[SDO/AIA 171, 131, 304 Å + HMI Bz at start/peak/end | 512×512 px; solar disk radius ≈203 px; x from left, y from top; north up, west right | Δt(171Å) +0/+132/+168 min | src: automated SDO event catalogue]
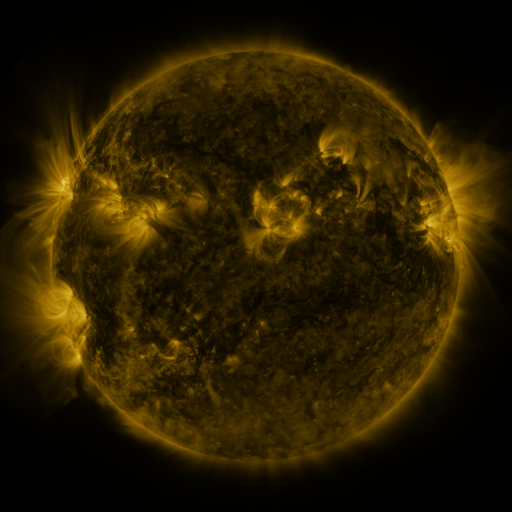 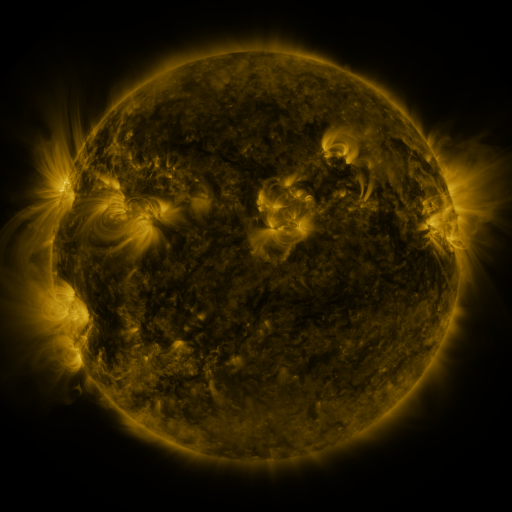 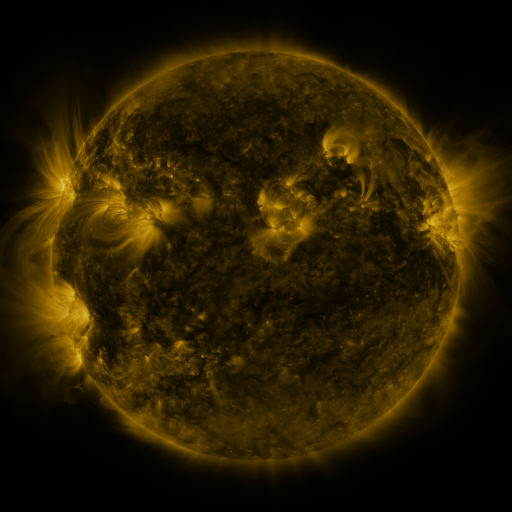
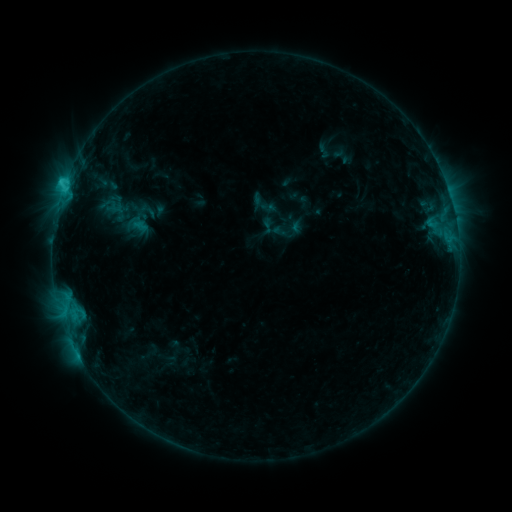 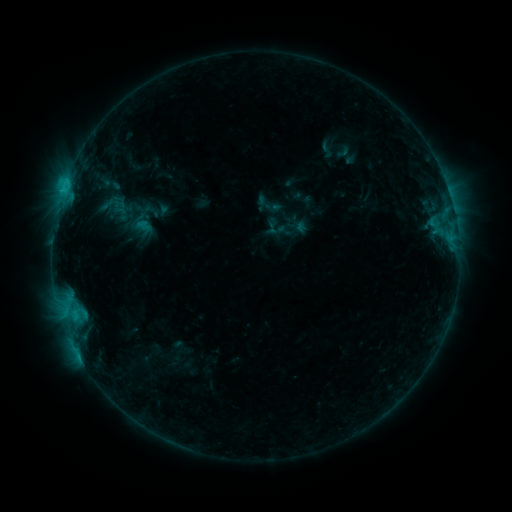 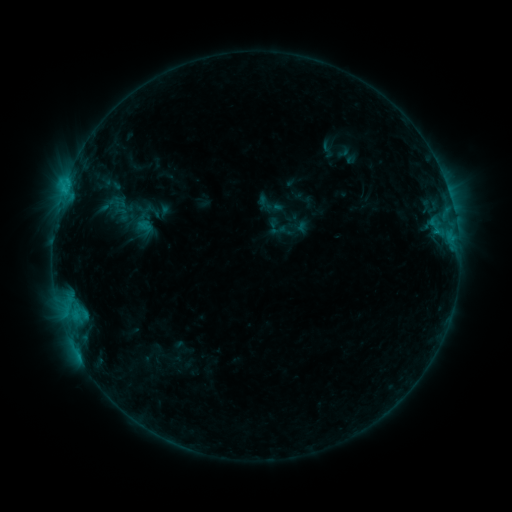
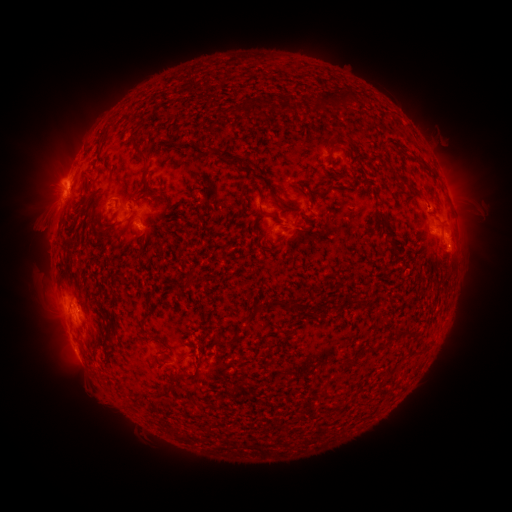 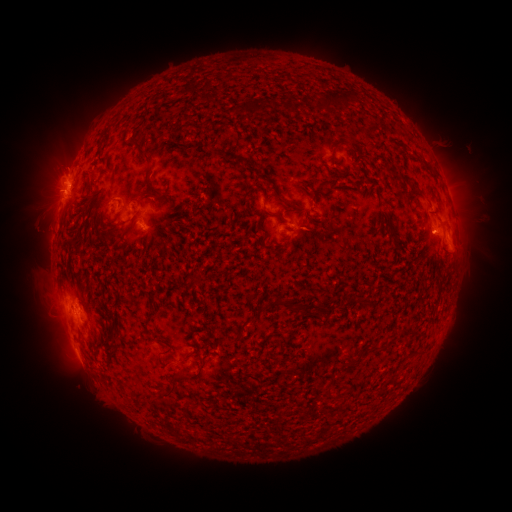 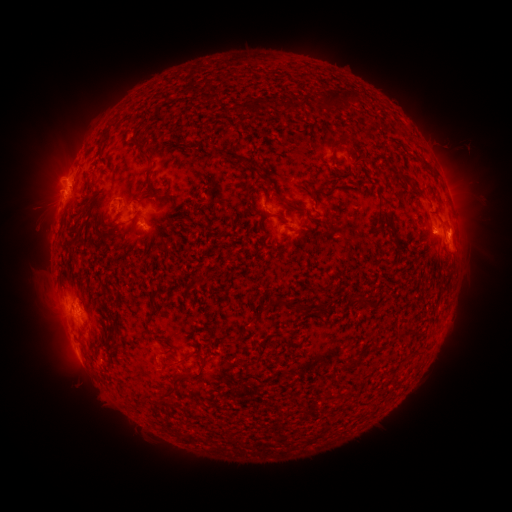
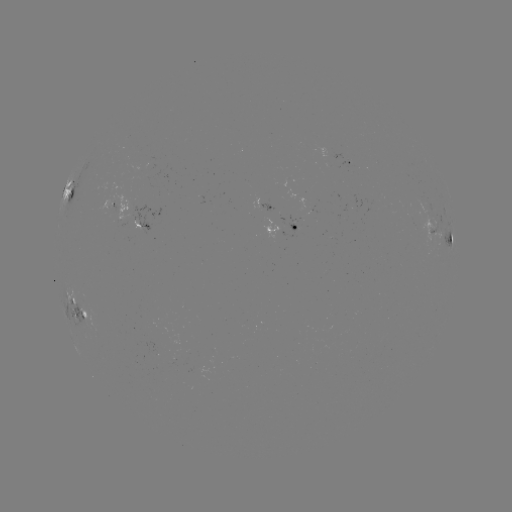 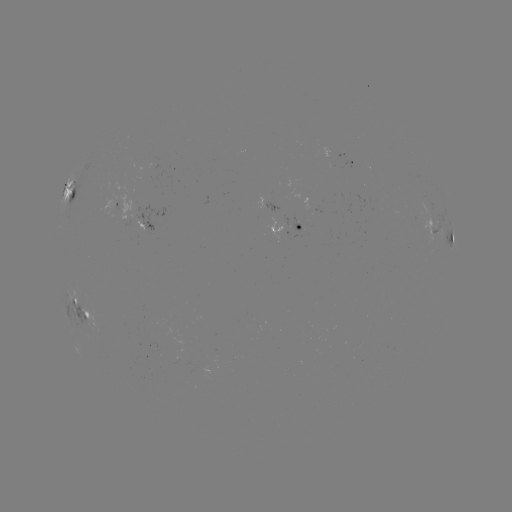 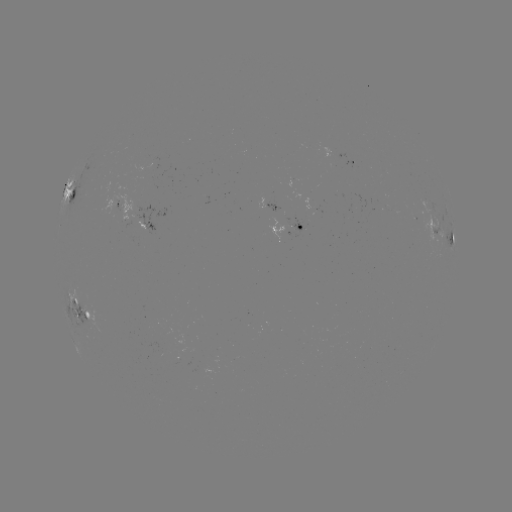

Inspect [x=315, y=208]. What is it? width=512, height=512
emerging-flux region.